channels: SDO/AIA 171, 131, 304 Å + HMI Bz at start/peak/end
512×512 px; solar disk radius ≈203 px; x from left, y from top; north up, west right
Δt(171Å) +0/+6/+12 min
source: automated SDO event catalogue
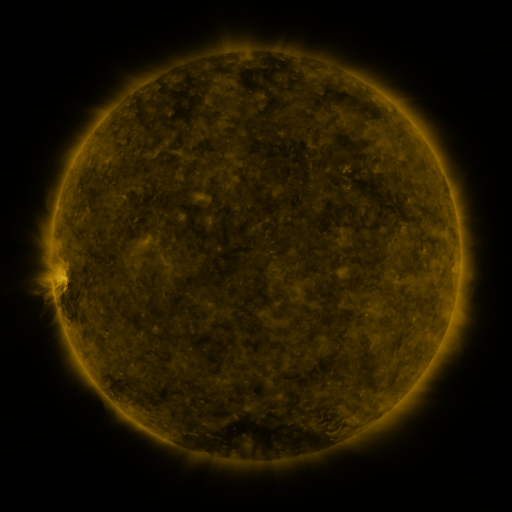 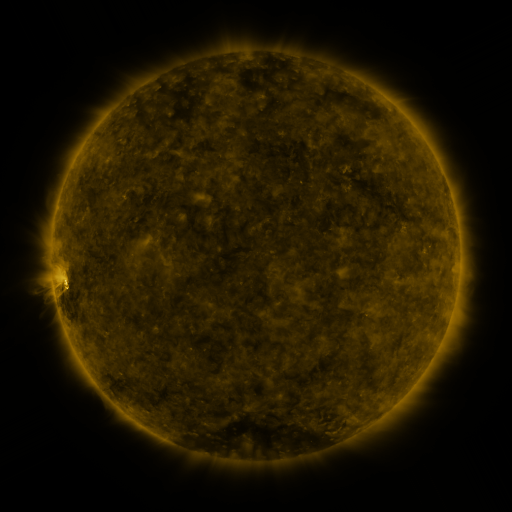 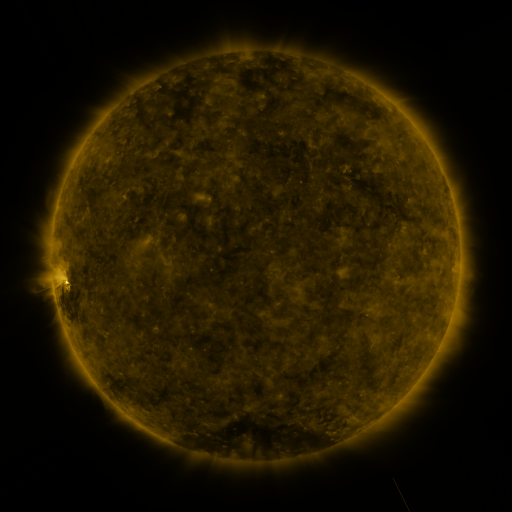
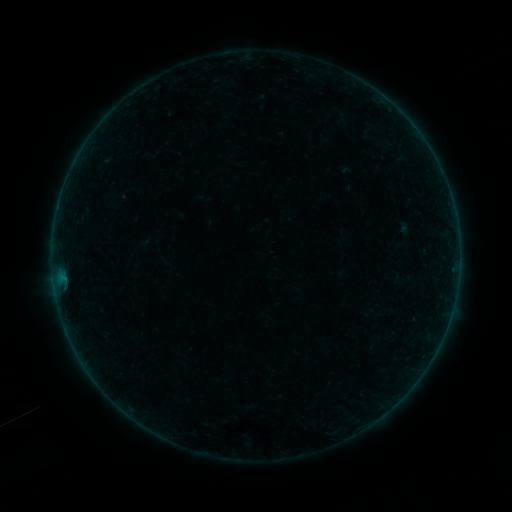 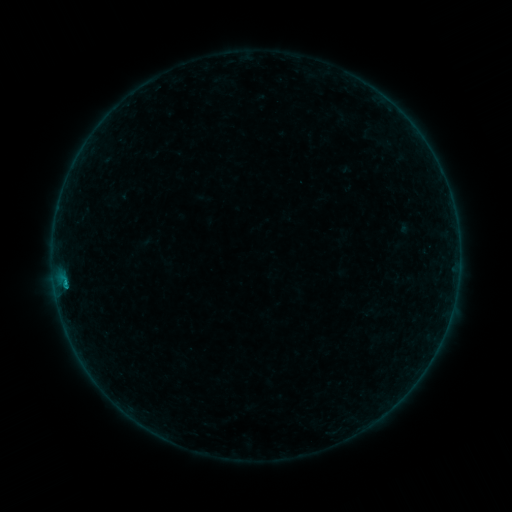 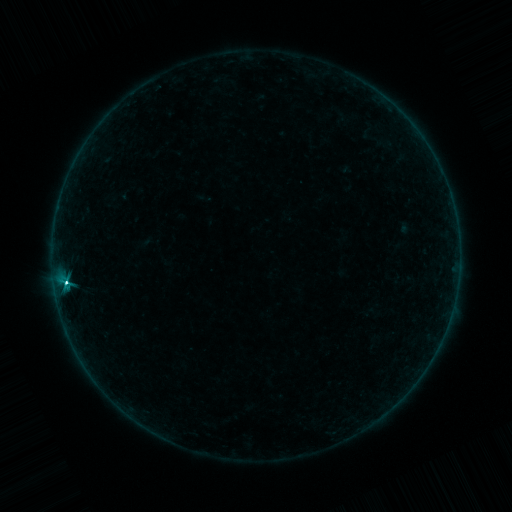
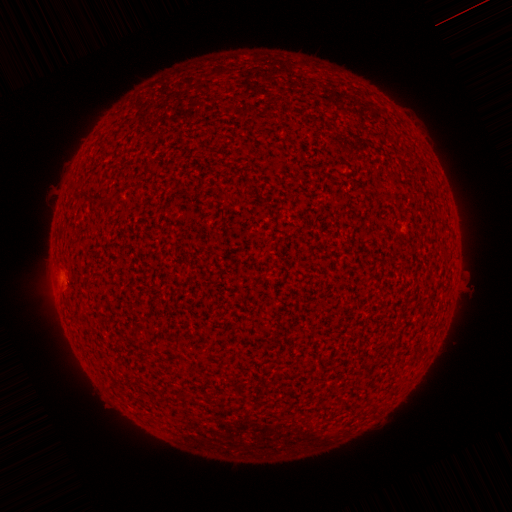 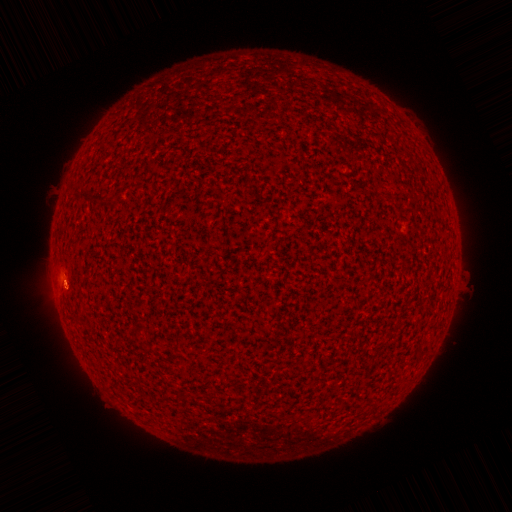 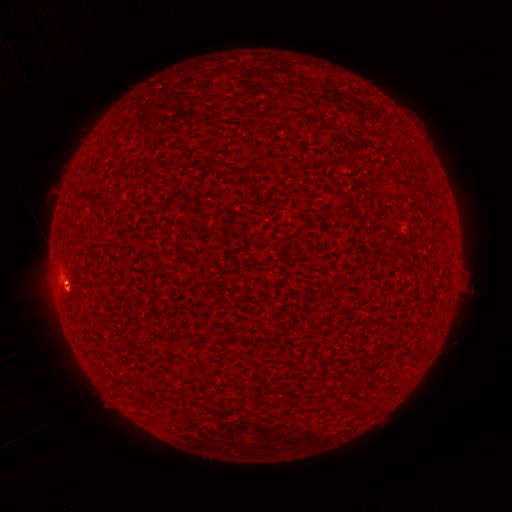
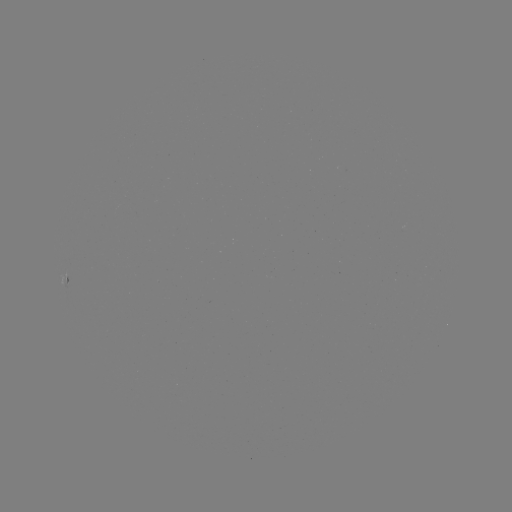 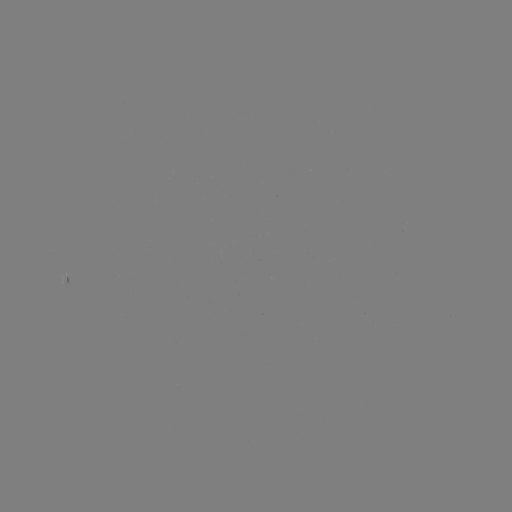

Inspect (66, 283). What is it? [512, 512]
C4.6 flare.